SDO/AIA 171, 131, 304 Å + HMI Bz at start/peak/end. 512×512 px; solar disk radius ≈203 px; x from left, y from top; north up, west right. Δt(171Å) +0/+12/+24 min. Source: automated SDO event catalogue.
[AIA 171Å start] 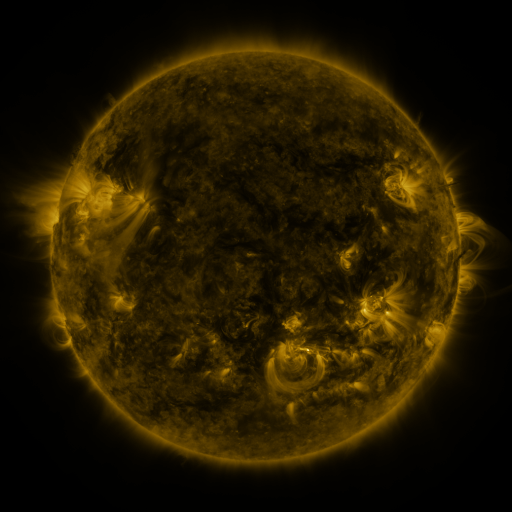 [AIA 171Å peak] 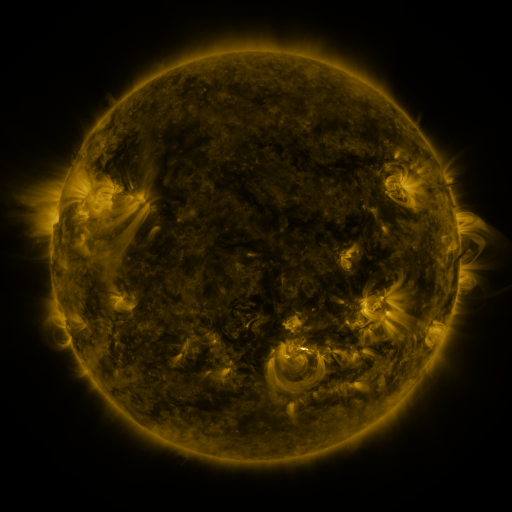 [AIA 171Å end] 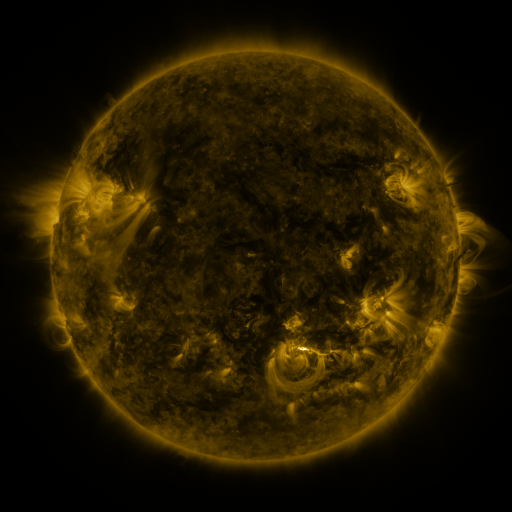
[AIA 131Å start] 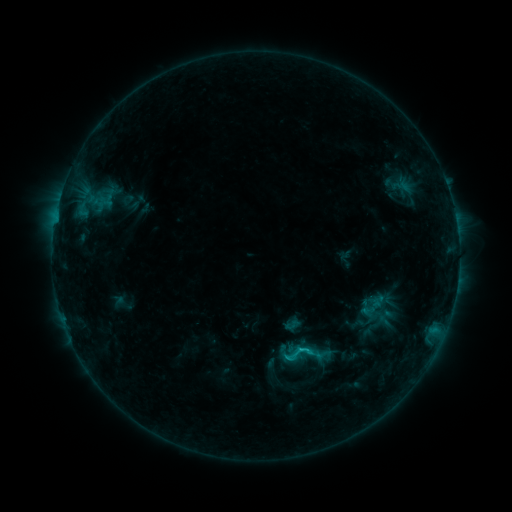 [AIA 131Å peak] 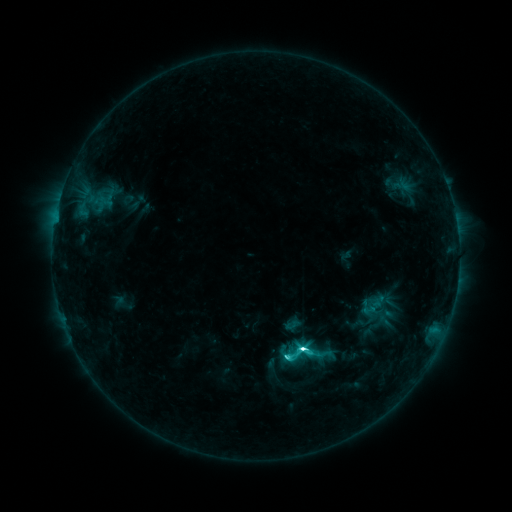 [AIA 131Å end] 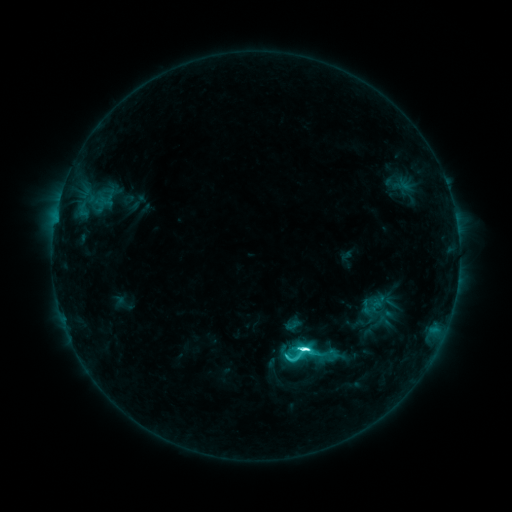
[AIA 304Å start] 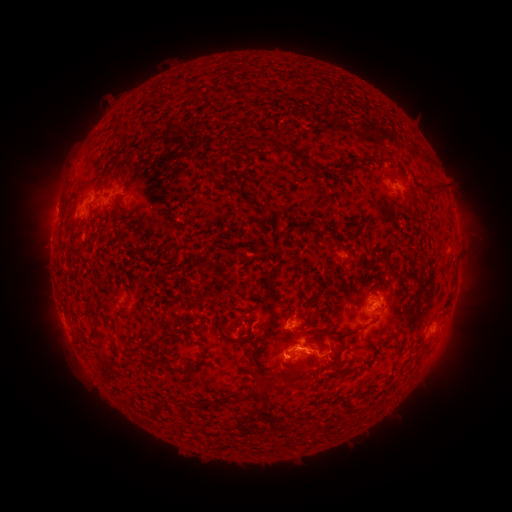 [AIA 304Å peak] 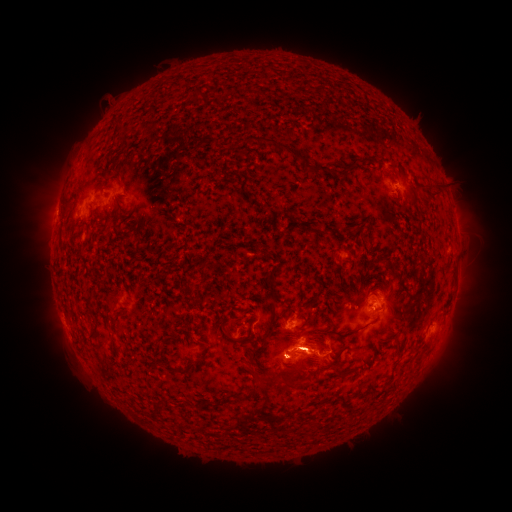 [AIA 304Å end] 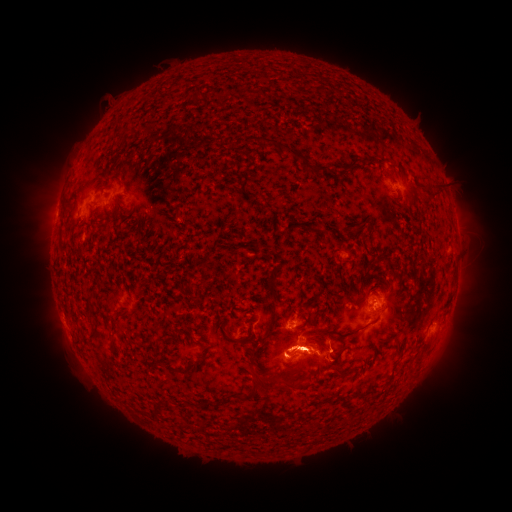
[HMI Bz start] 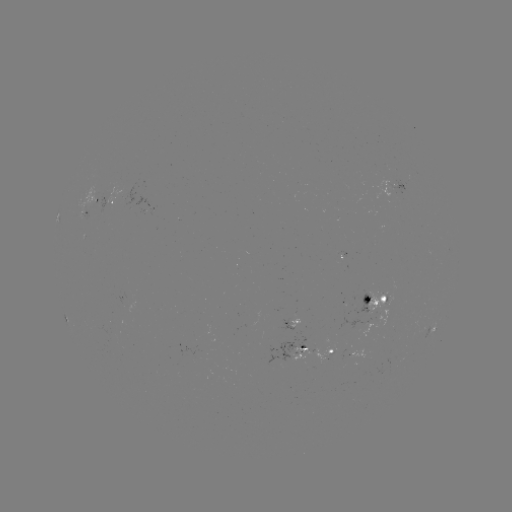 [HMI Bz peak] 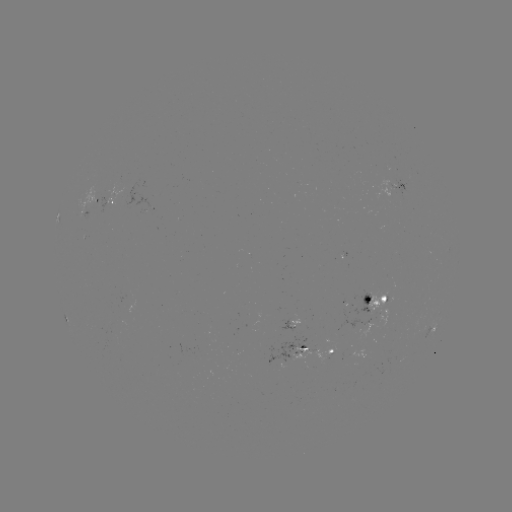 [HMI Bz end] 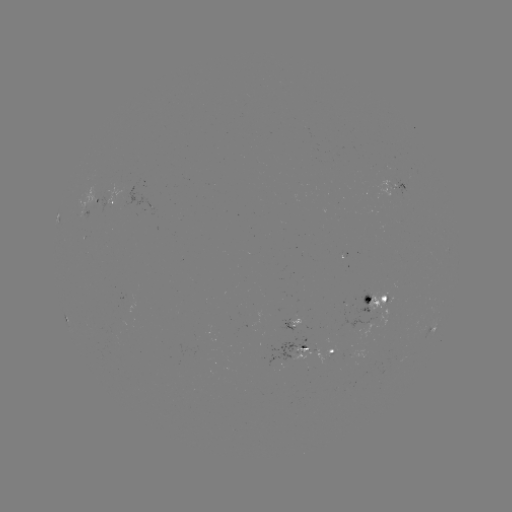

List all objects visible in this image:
M1.8 flare: (302, 347)
